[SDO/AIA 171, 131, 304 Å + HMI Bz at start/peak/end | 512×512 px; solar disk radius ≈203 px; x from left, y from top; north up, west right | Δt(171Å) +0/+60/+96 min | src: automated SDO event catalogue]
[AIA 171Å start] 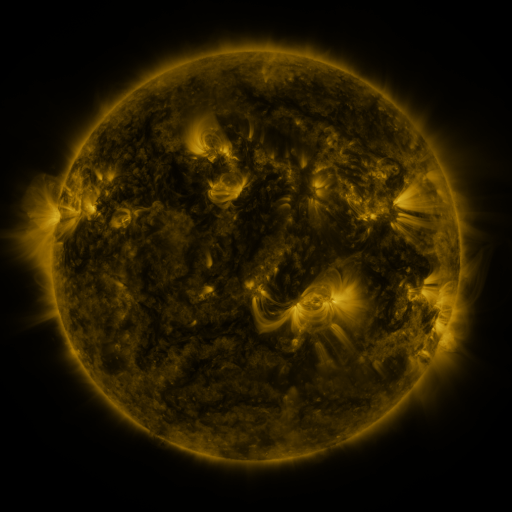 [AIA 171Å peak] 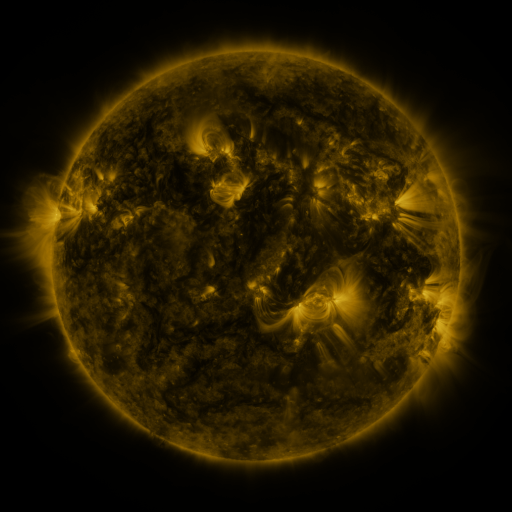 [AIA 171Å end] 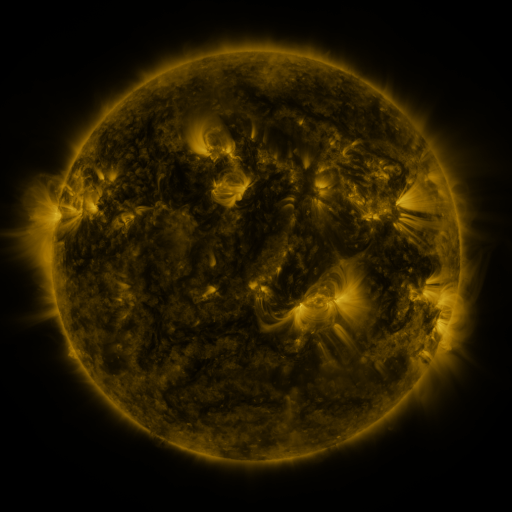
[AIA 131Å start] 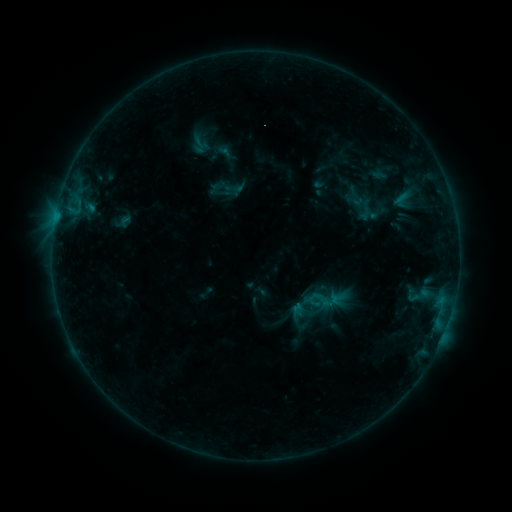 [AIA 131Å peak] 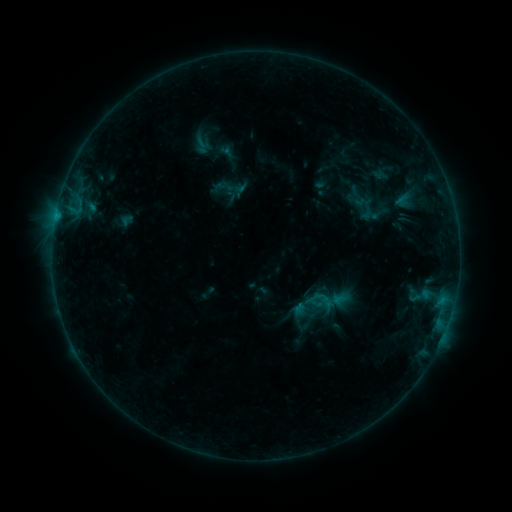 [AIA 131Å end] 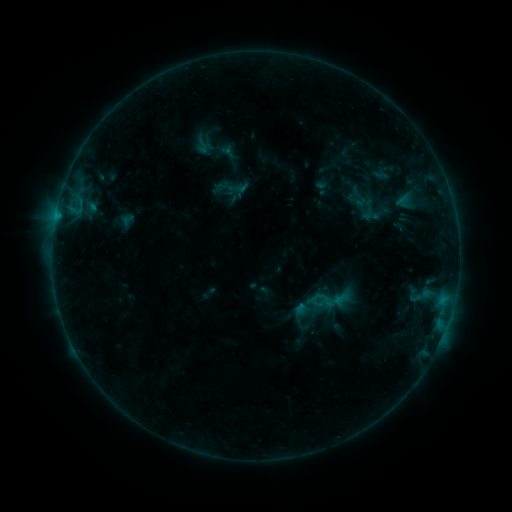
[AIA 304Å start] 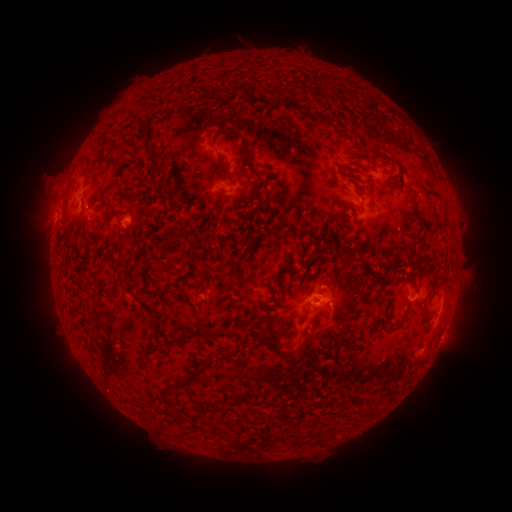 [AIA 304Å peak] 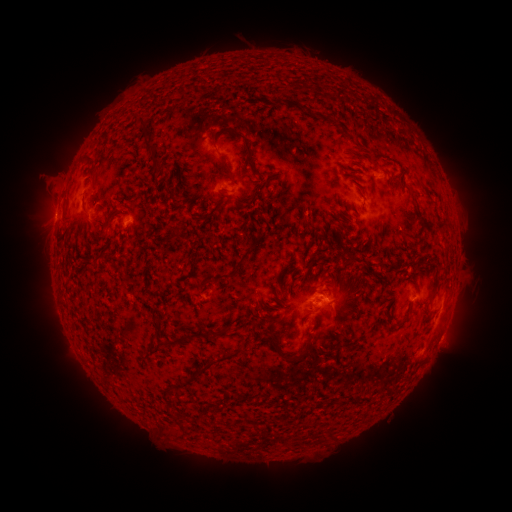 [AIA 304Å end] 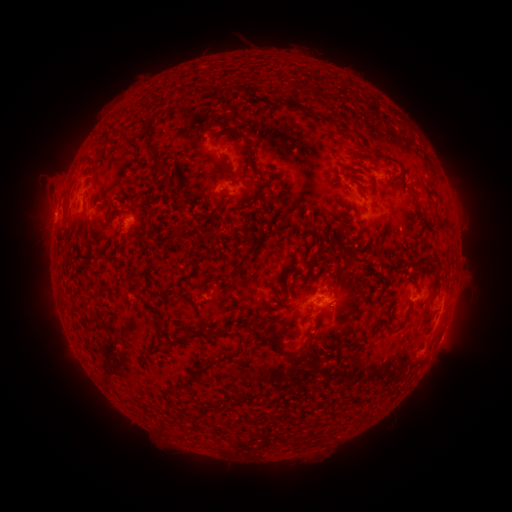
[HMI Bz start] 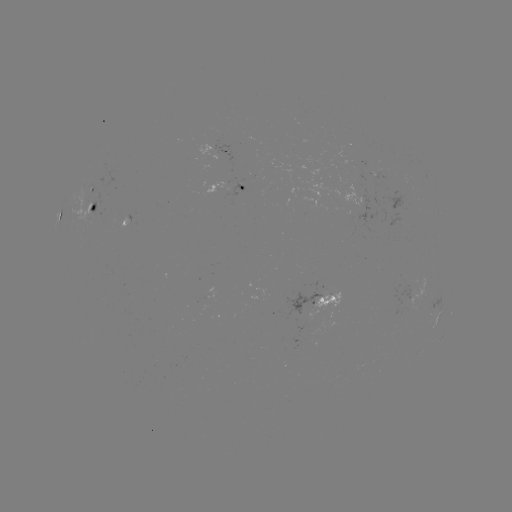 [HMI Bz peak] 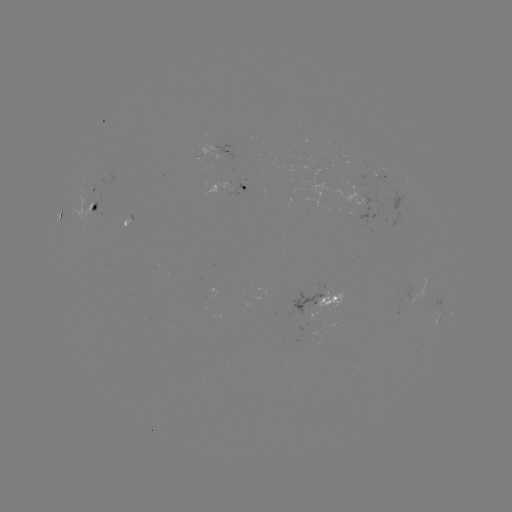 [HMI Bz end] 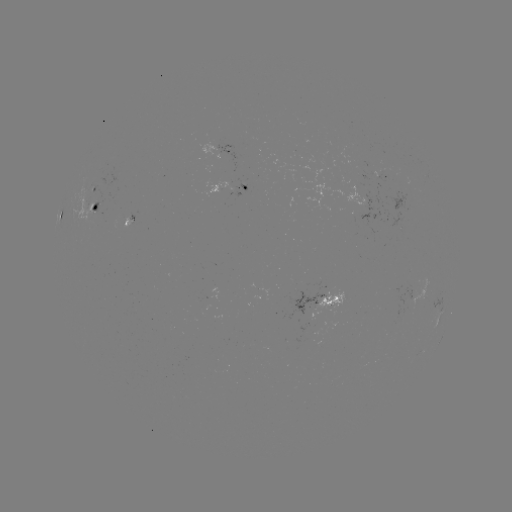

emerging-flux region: [354, 173, 369, 182]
